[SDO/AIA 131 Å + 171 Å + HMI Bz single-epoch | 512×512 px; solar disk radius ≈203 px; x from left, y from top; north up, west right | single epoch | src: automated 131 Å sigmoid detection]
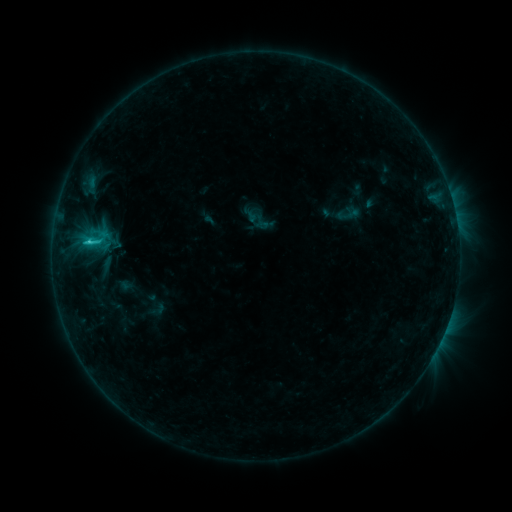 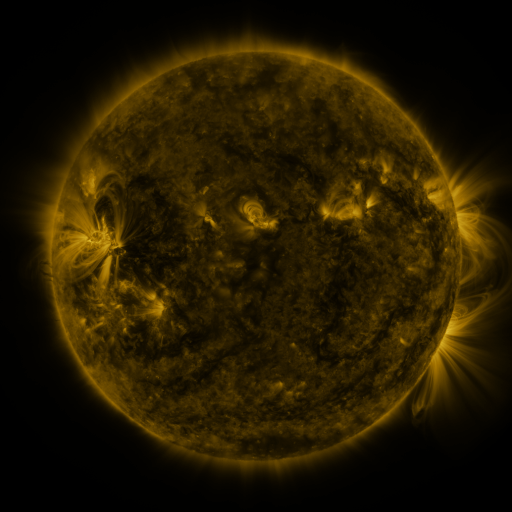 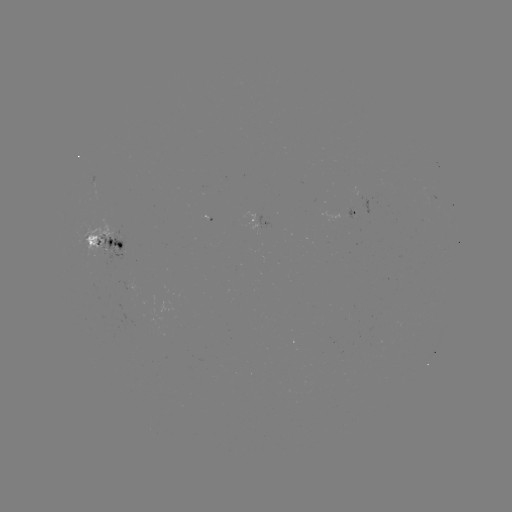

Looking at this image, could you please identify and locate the sigmoid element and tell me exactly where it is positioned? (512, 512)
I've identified sigmoid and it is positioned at [95, 239].